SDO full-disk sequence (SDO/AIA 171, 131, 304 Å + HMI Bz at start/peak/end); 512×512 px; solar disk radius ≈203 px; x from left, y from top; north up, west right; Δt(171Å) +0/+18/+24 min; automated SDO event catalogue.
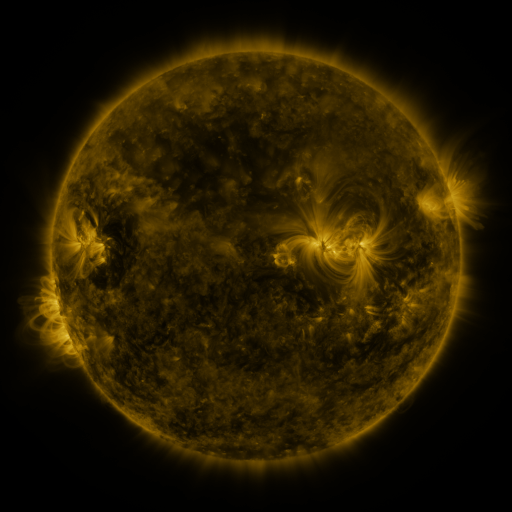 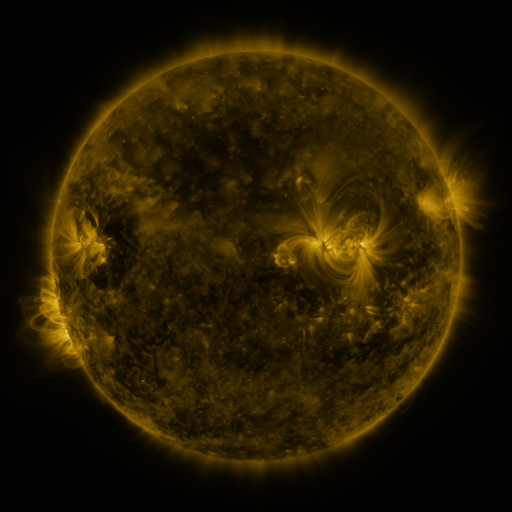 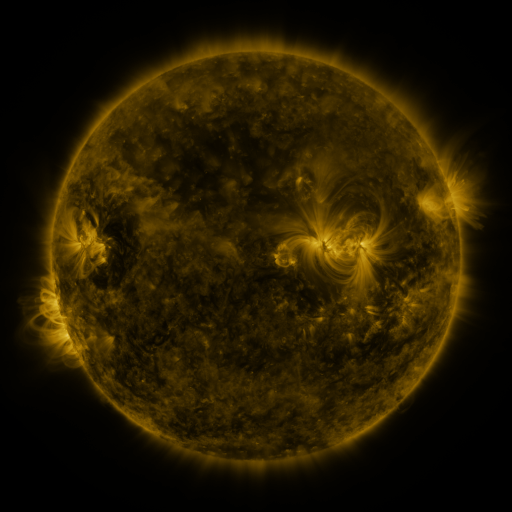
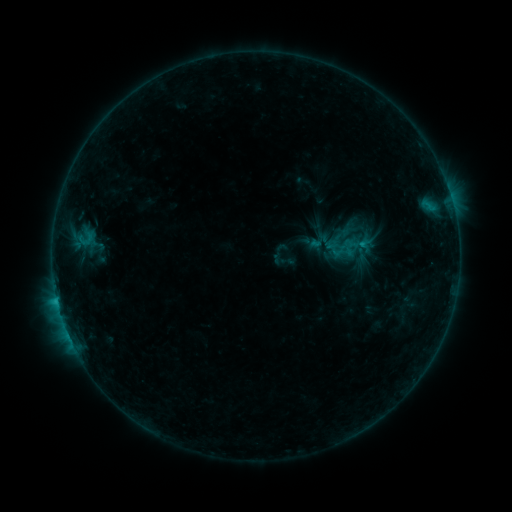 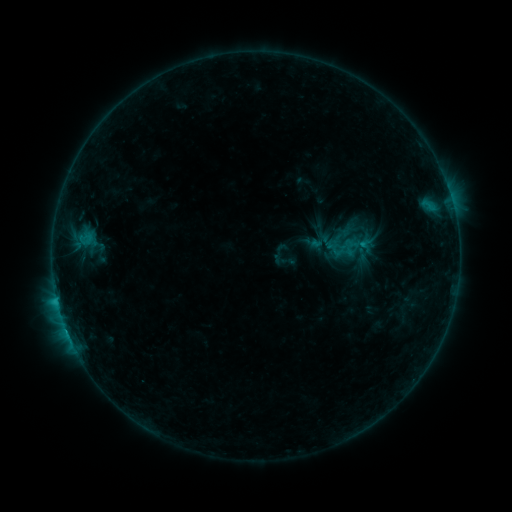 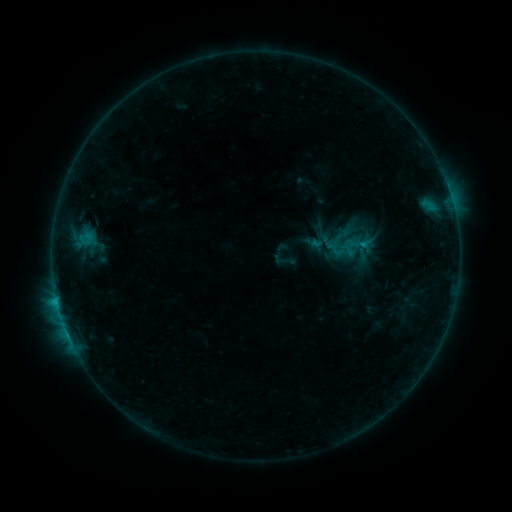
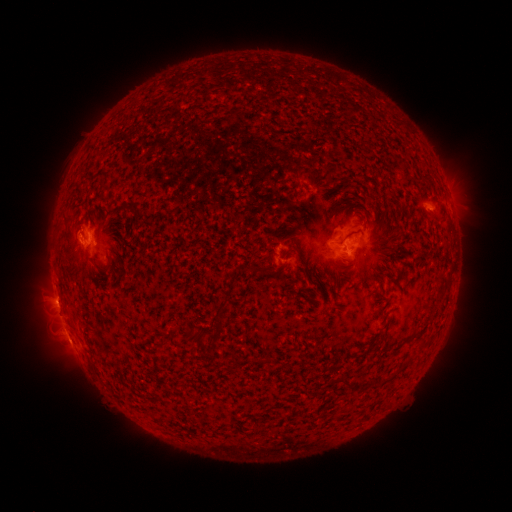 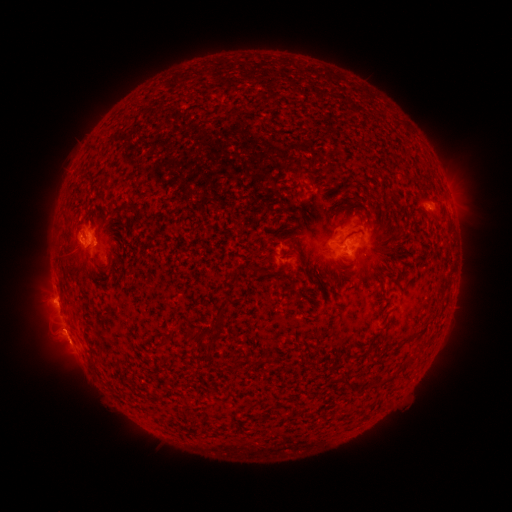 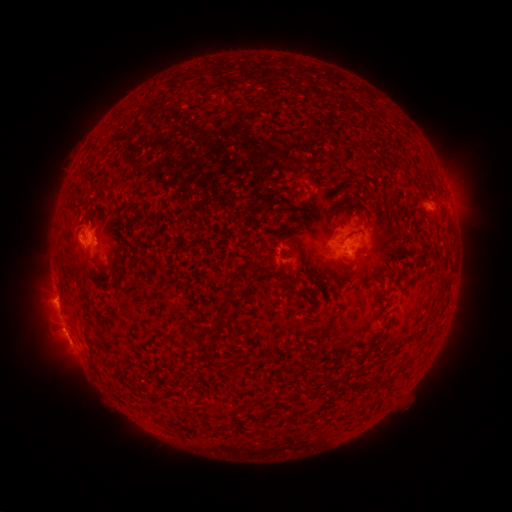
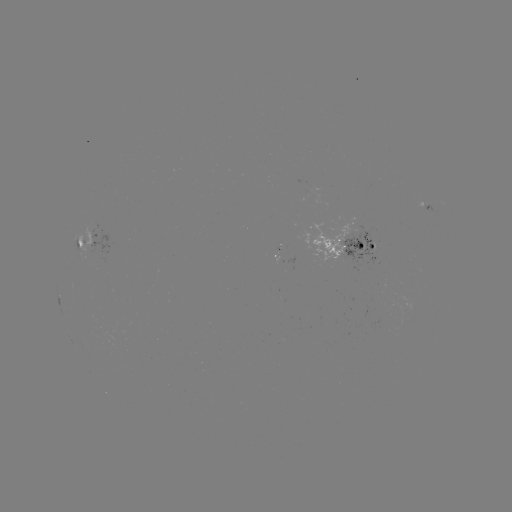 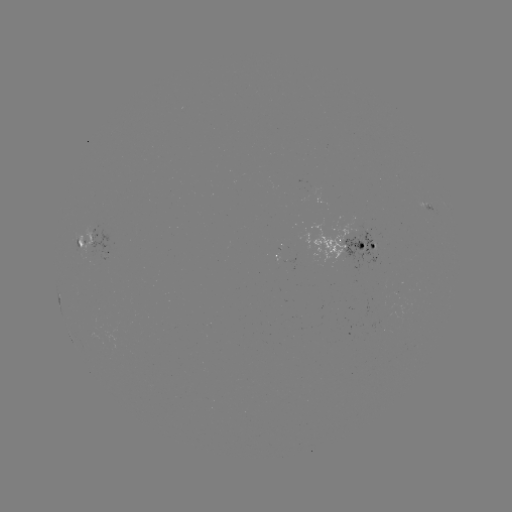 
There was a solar flare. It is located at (86, 238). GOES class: C1.0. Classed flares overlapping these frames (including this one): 1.